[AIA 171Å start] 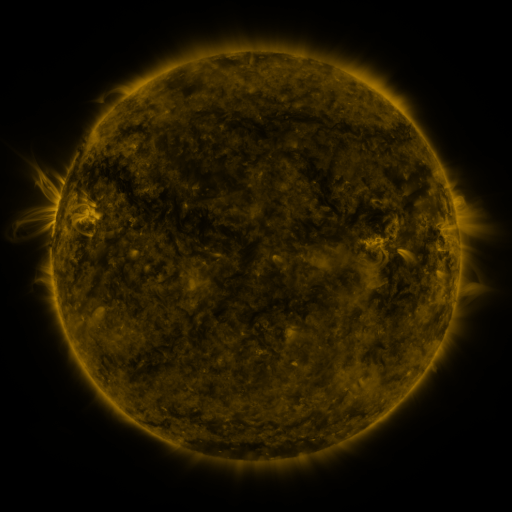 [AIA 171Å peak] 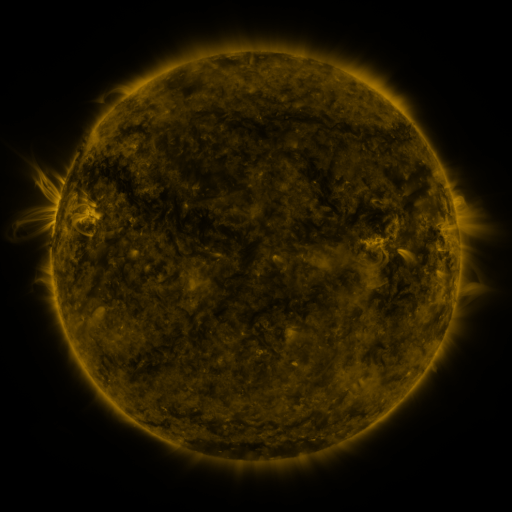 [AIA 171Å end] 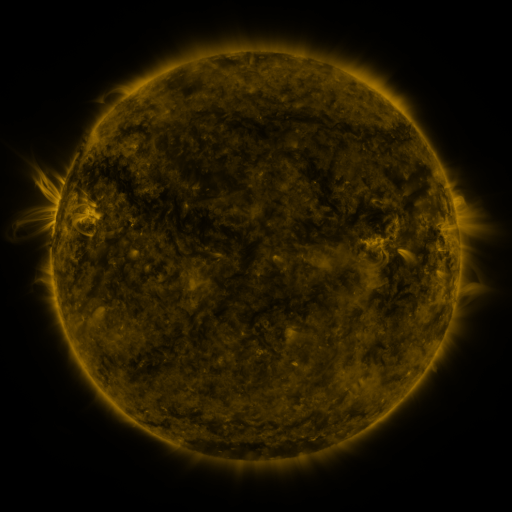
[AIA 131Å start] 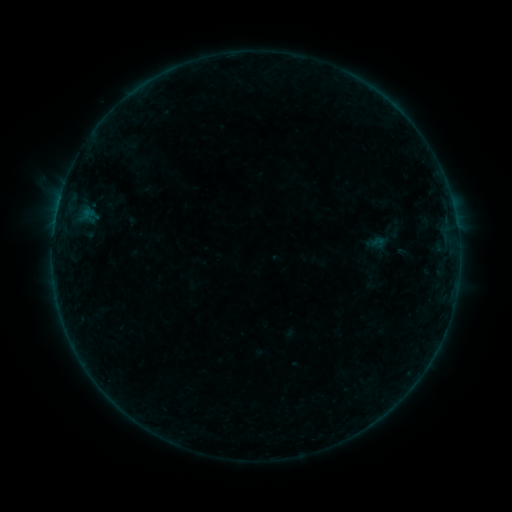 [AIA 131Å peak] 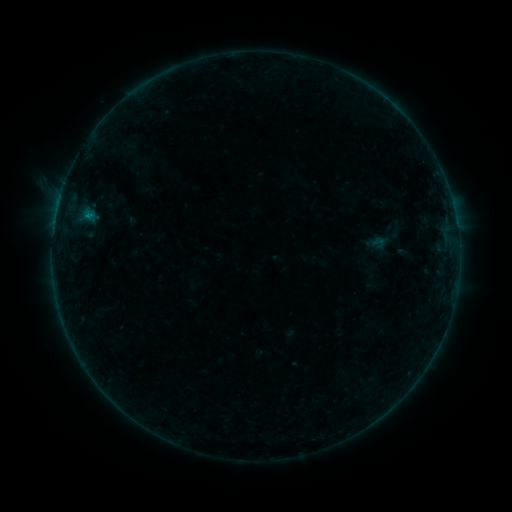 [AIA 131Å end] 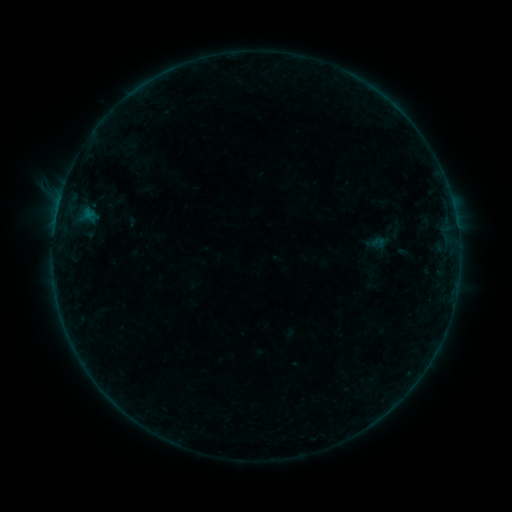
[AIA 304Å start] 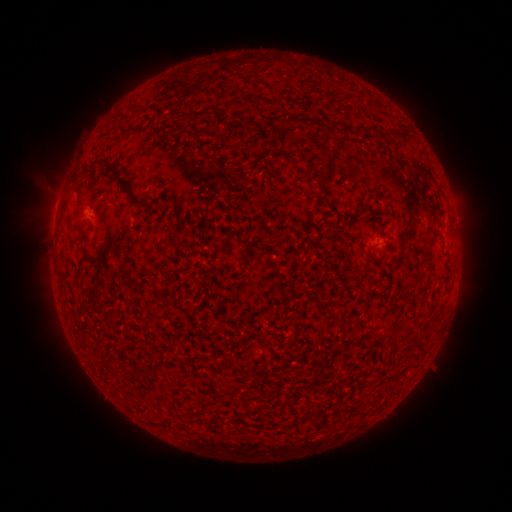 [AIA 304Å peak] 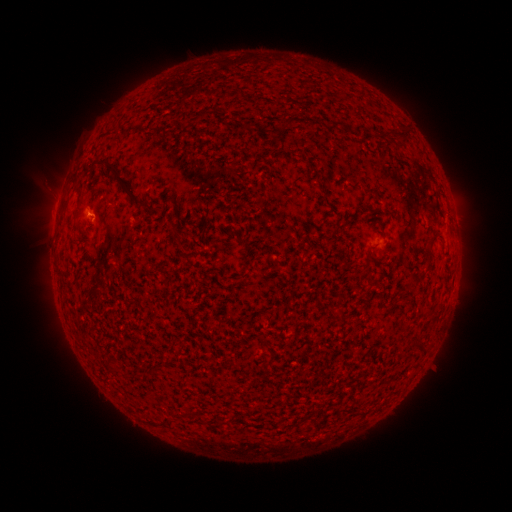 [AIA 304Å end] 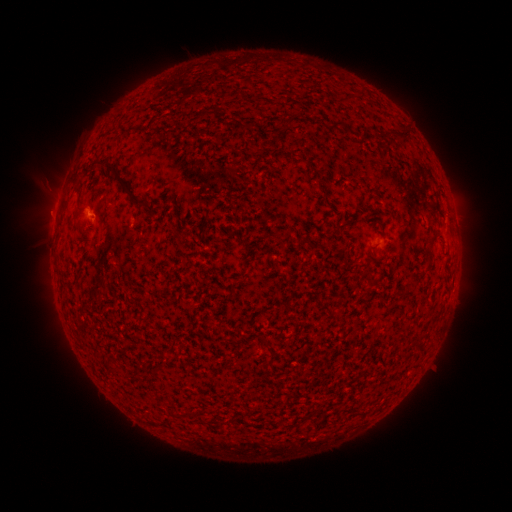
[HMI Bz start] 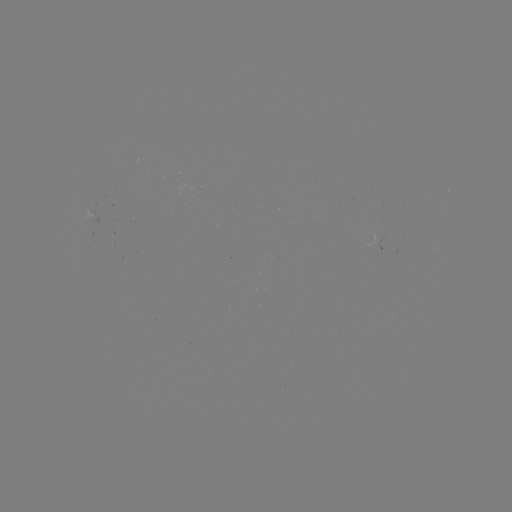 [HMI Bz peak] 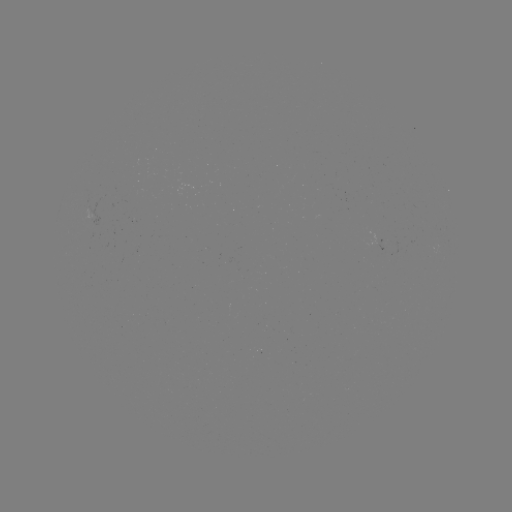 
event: flare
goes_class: B2.1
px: (90, 218)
